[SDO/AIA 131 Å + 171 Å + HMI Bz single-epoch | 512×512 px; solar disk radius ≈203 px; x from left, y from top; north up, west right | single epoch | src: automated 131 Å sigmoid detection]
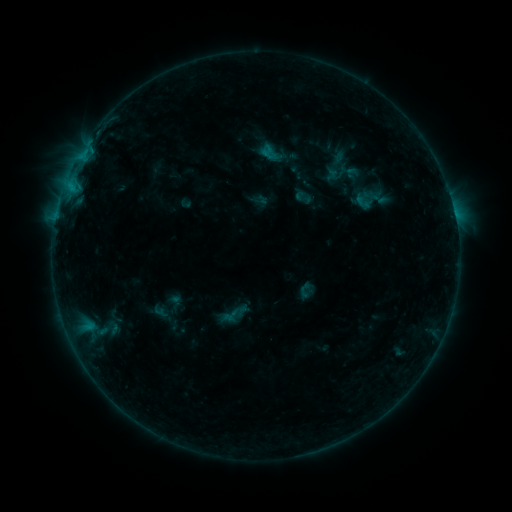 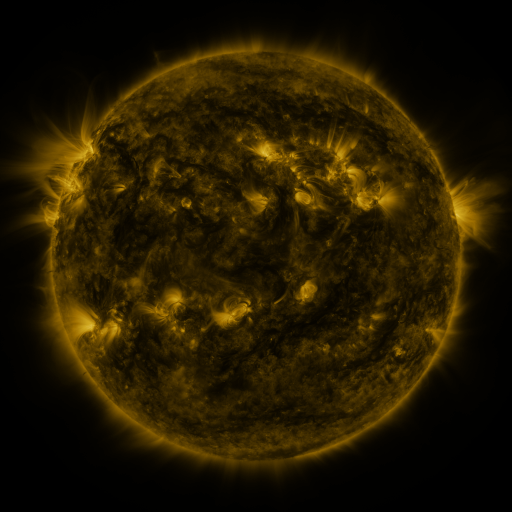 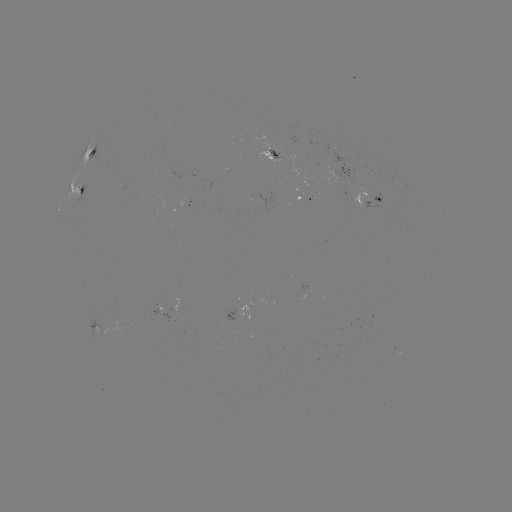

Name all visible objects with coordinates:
sigmoid: <bbox>350, 192, 374, 213</bbox>
